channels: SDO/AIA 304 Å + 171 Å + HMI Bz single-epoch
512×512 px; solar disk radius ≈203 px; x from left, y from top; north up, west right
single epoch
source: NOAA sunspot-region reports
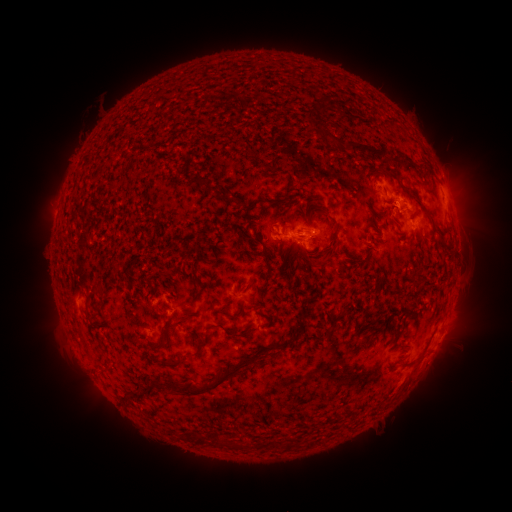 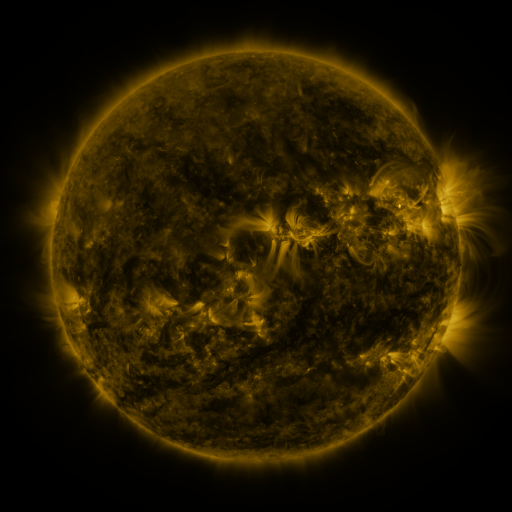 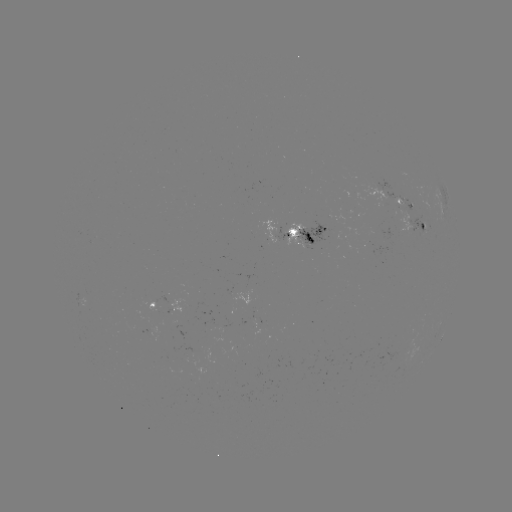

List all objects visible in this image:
spotted active region: (384, 194)
spotted active region: (411, 221)
spotted active region: (301, 233)
spotted active region: (156, 303)
spotted active region: (440, 339)
